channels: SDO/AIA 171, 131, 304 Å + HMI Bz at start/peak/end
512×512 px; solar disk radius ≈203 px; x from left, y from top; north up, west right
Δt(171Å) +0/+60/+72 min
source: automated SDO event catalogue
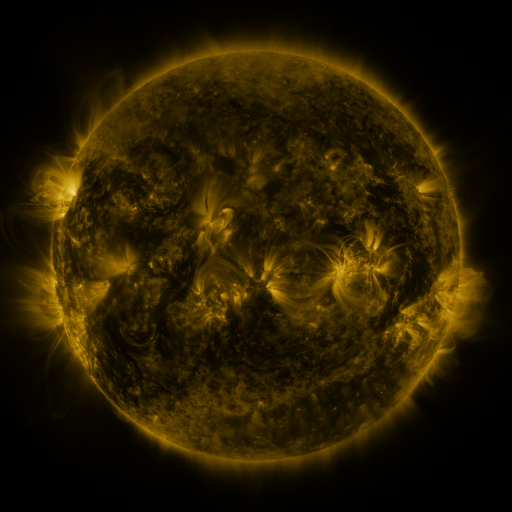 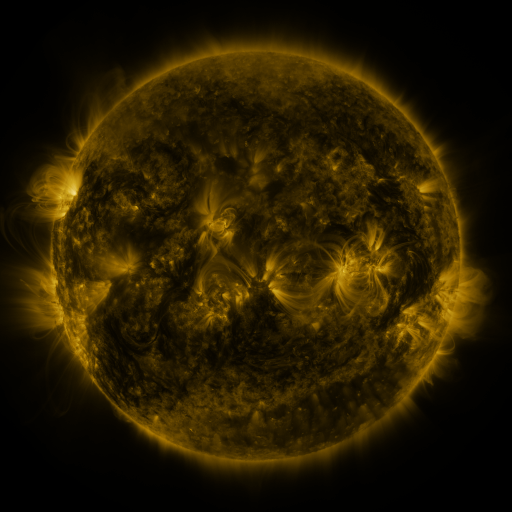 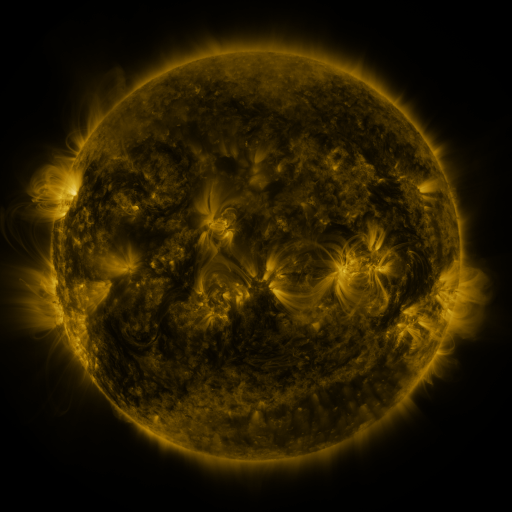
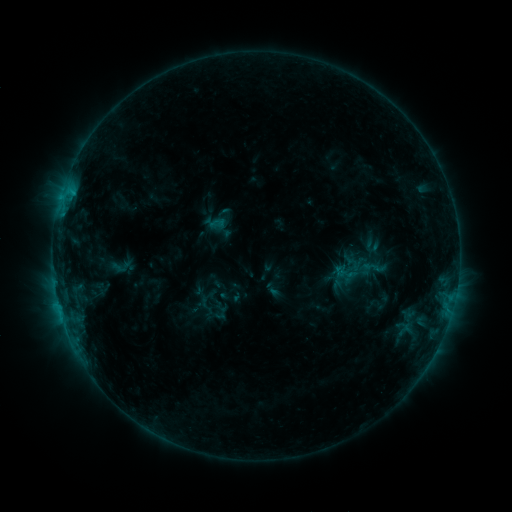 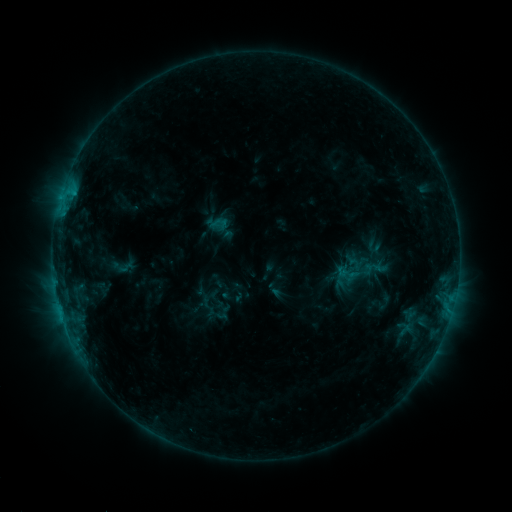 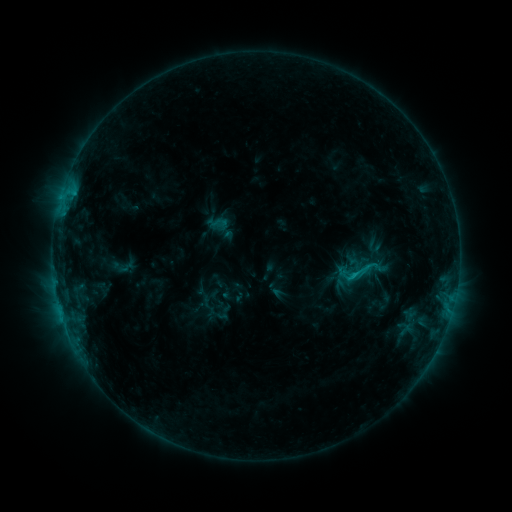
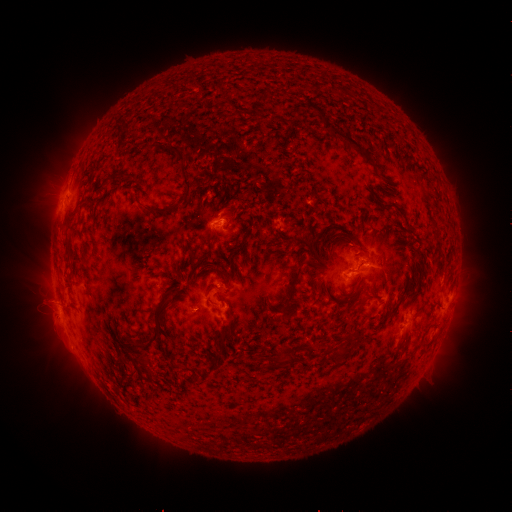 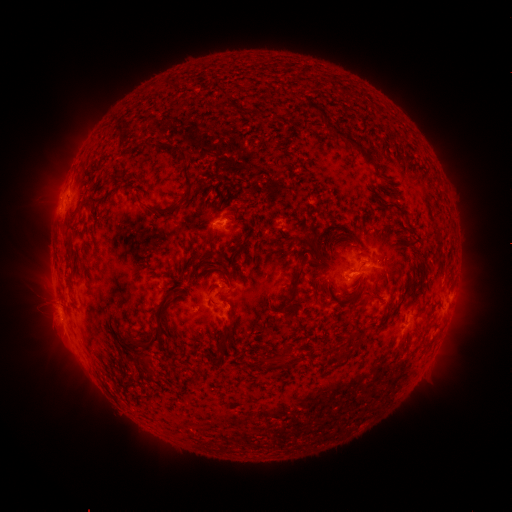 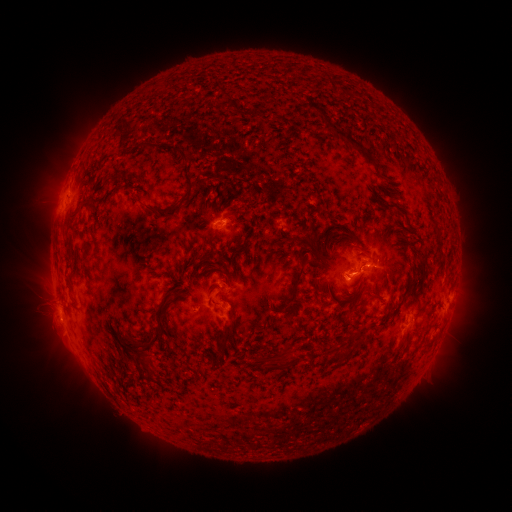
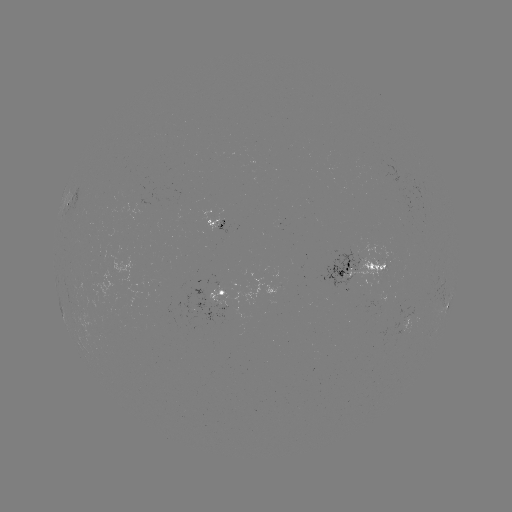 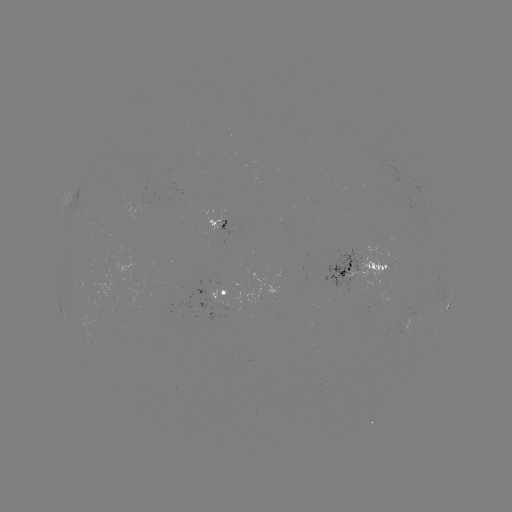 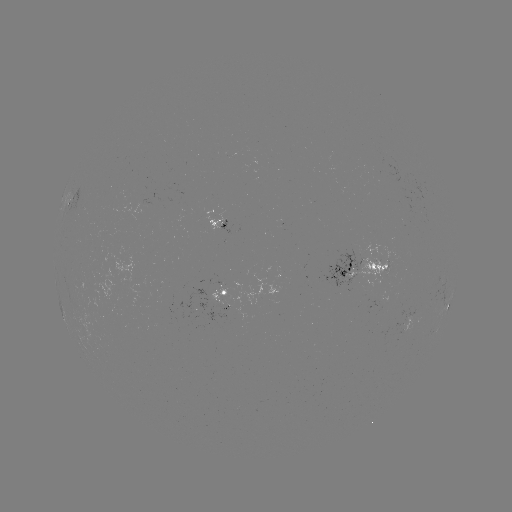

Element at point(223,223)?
emerging-flux region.